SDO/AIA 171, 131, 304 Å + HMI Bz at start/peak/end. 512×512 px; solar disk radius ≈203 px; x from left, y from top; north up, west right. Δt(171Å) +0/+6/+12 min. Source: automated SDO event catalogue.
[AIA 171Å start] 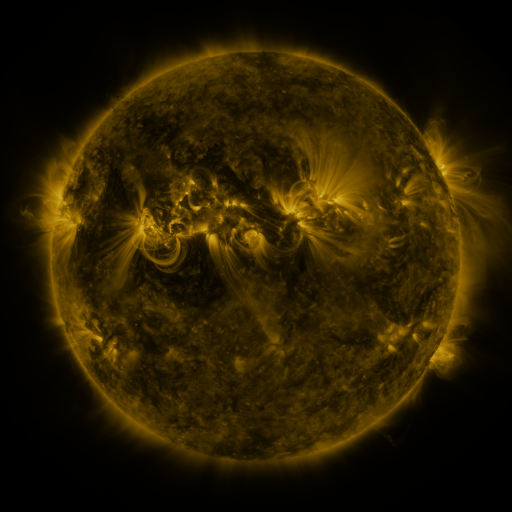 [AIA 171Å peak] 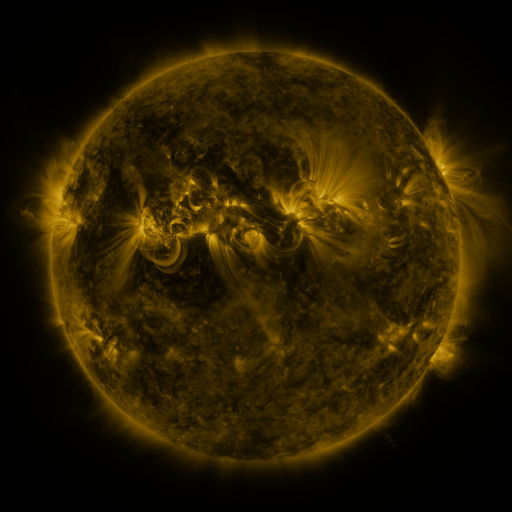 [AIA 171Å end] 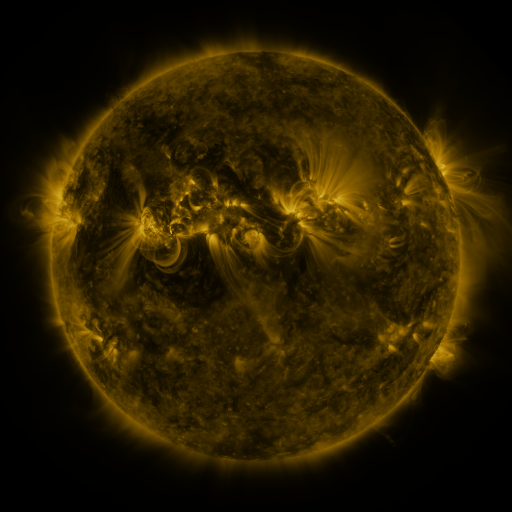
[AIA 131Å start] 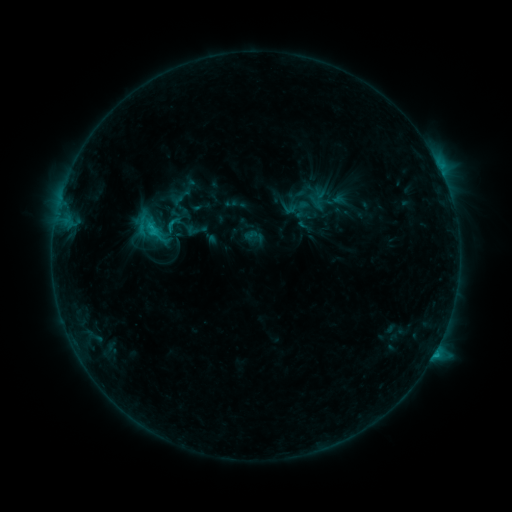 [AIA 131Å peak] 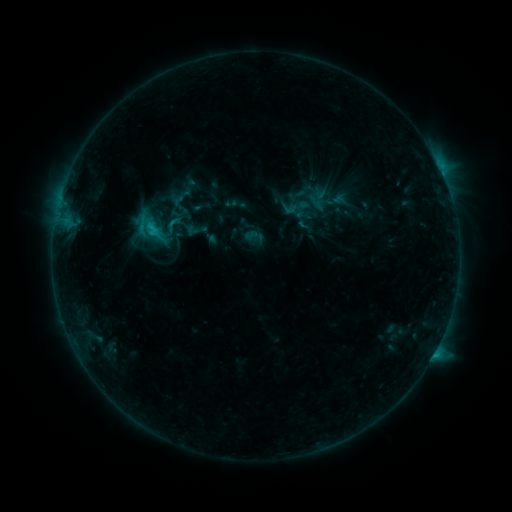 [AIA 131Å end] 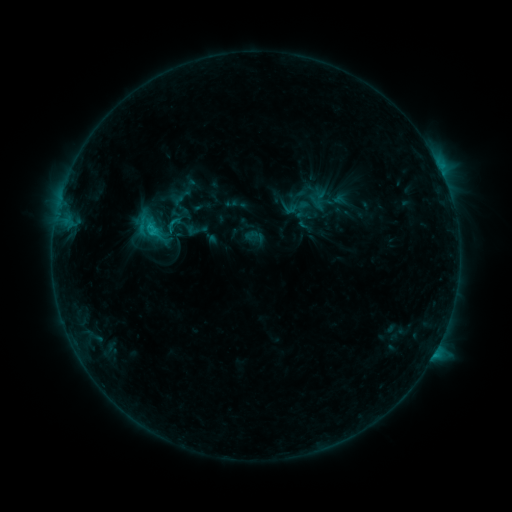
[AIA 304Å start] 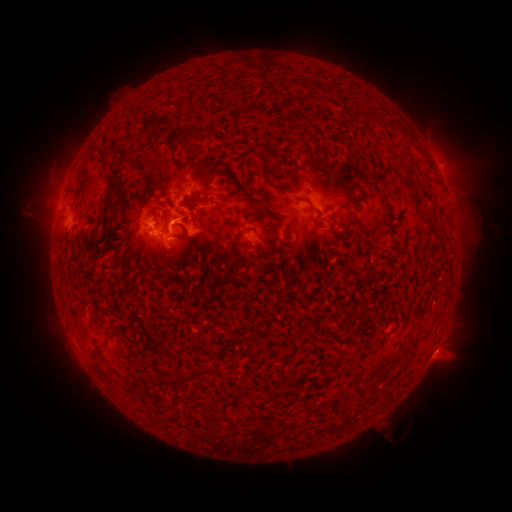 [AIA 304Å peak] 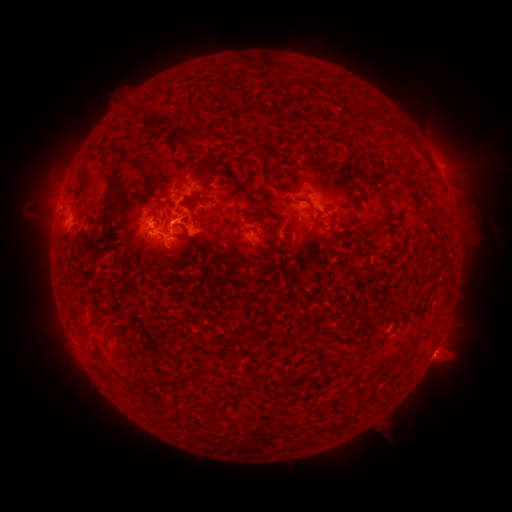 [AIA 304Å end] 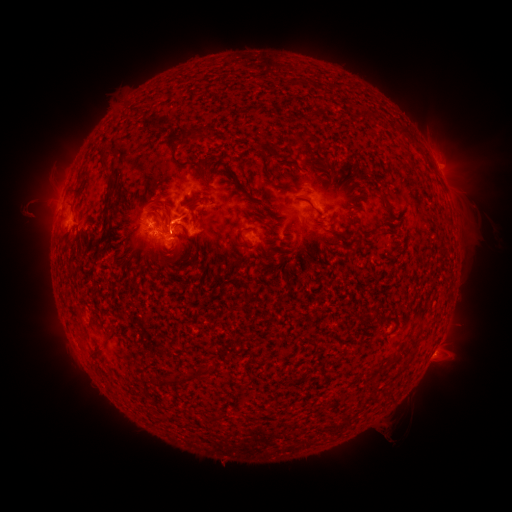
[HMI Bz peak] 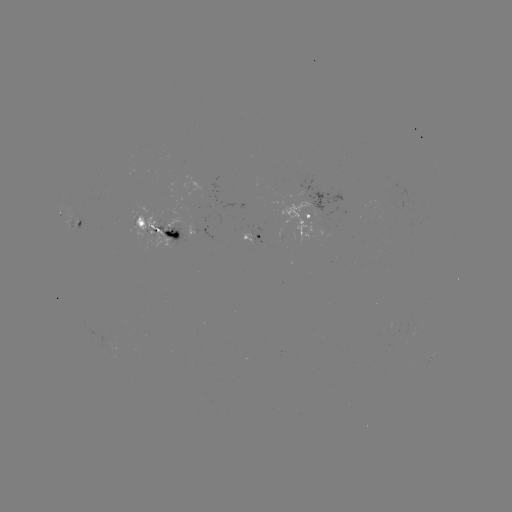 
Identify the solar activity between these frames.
eruption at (441, 360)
